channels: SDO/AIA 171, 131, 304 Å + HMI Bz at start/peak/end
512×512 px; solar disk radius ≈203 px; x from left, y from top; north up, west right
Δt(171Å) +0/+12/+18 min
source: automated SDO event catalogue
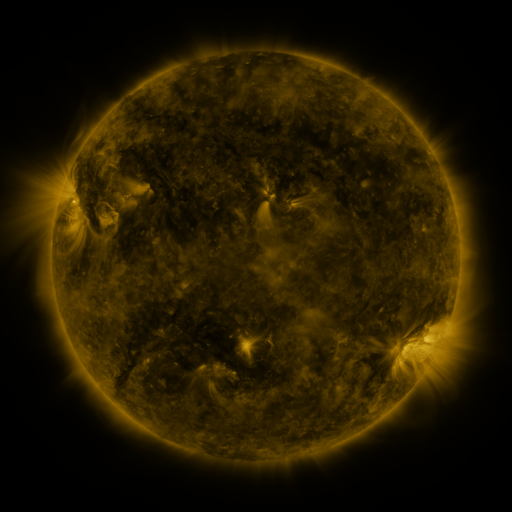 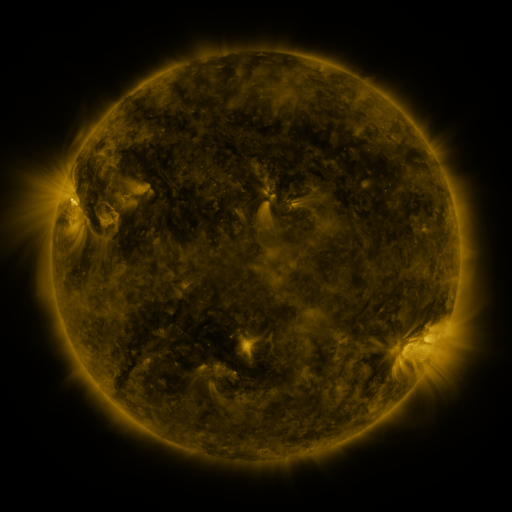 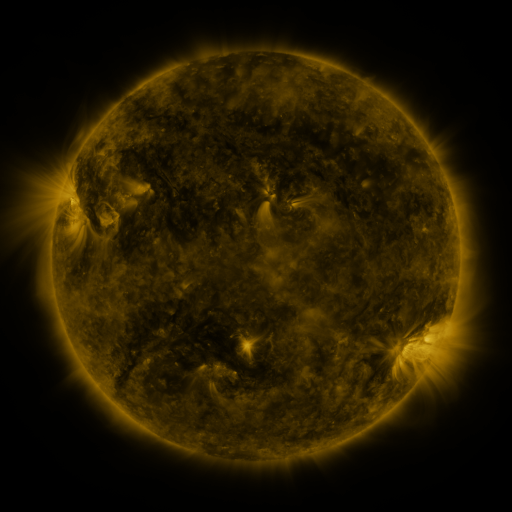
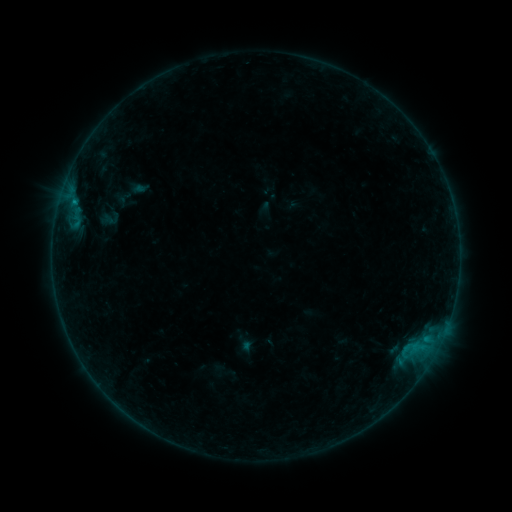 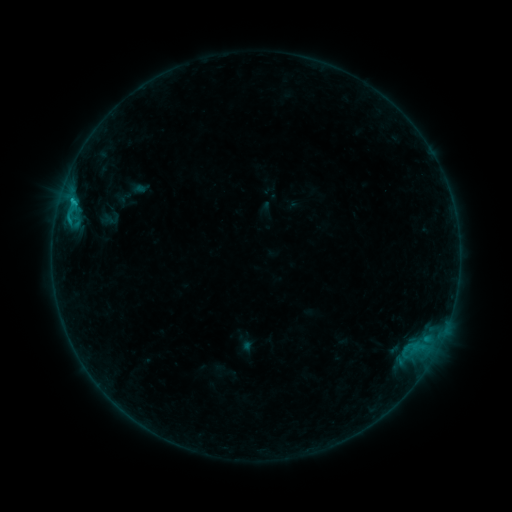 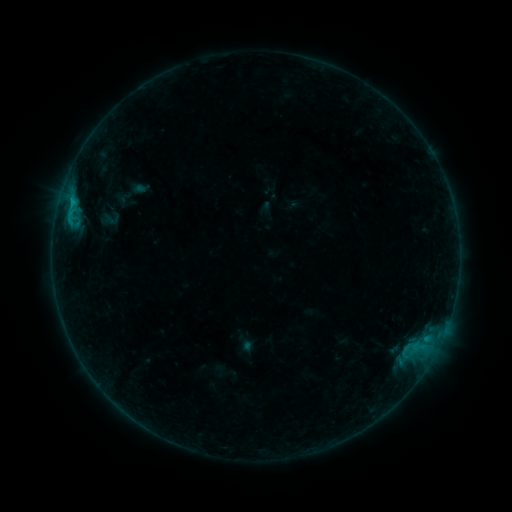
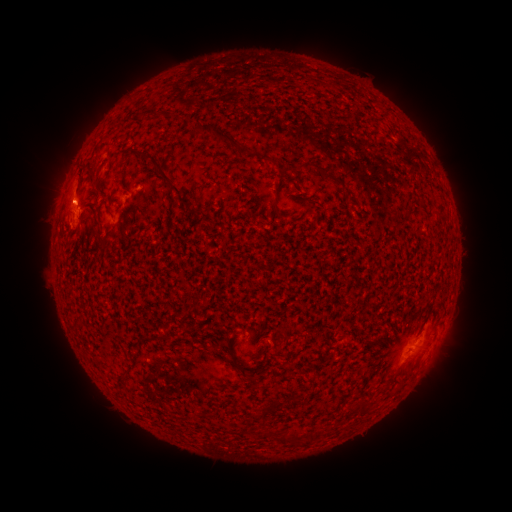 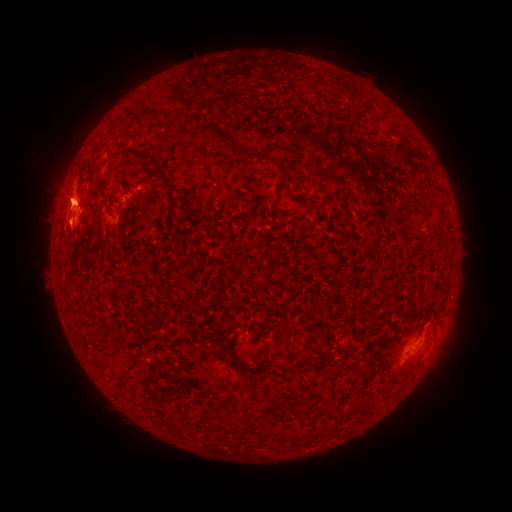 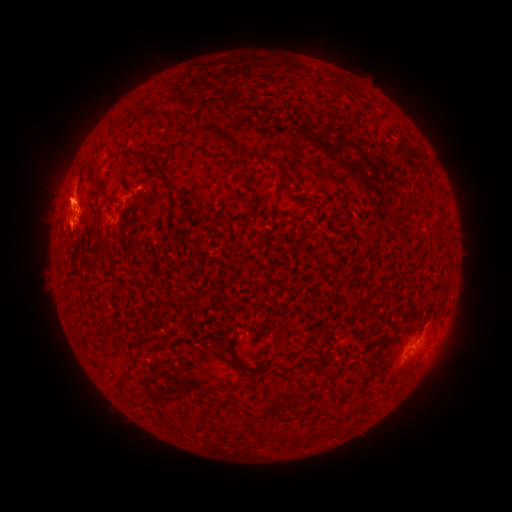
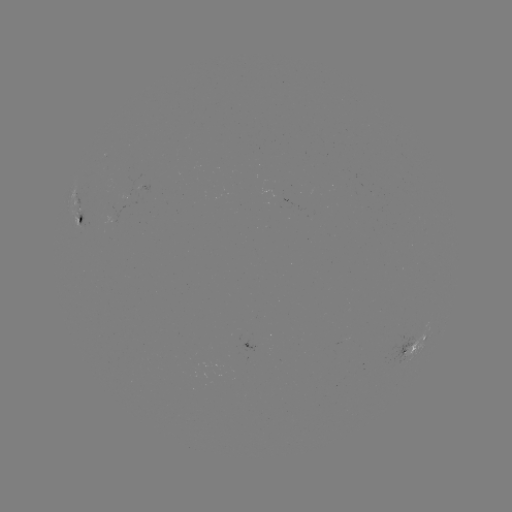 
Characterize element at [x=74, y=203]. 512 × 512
B7.5 flare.